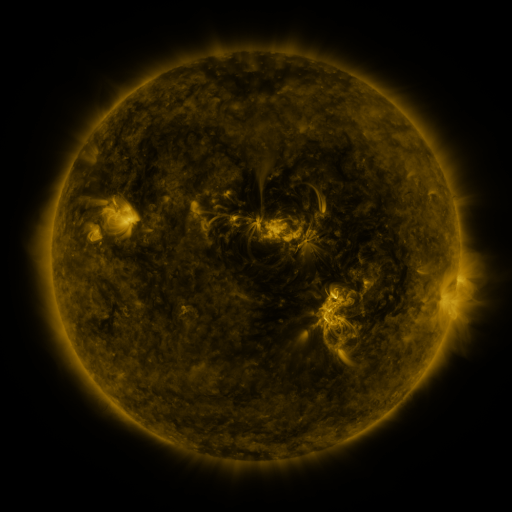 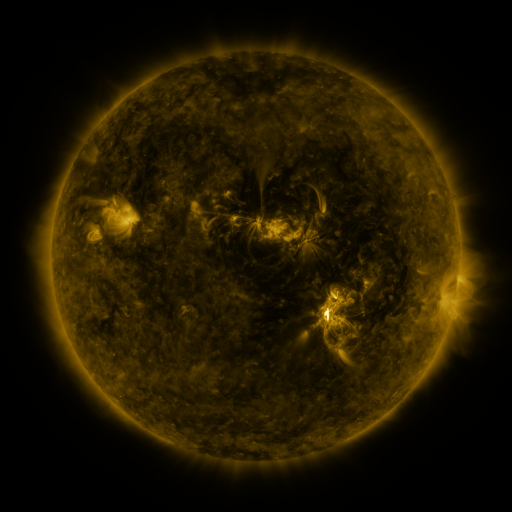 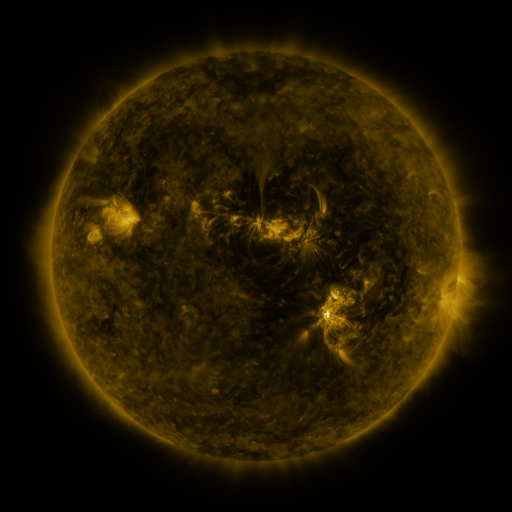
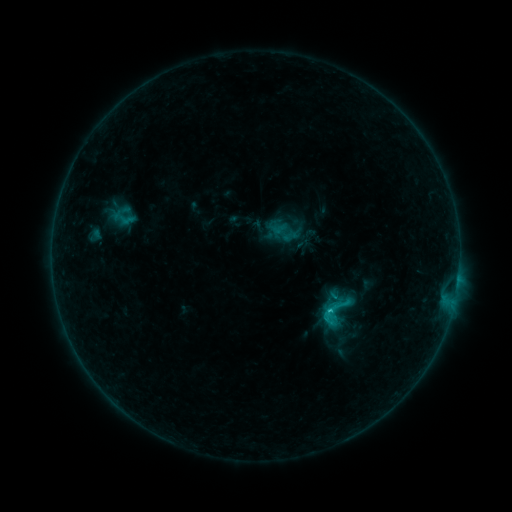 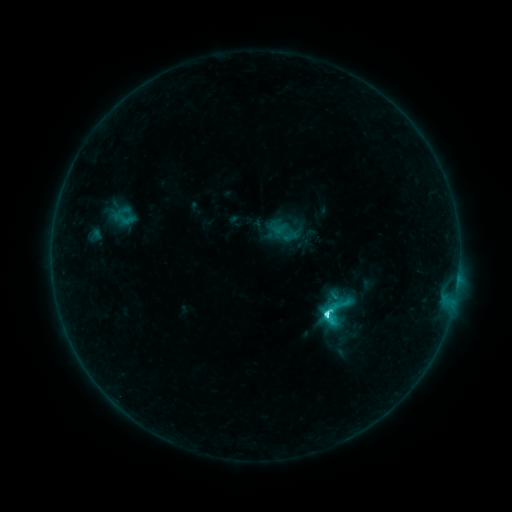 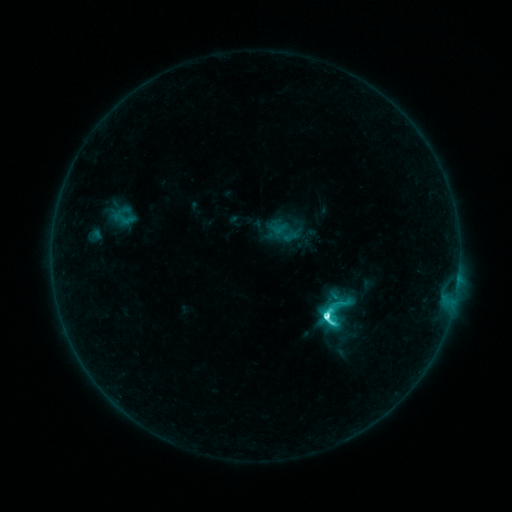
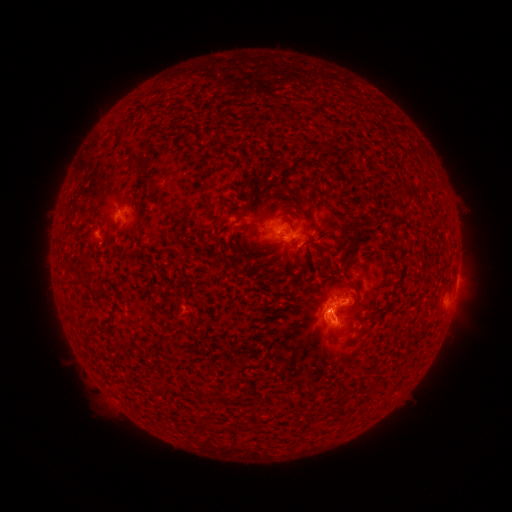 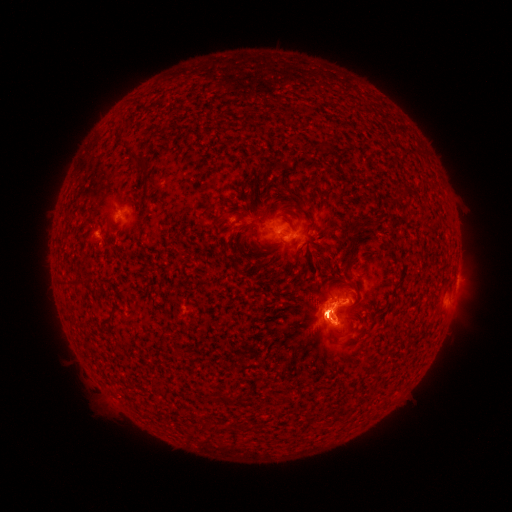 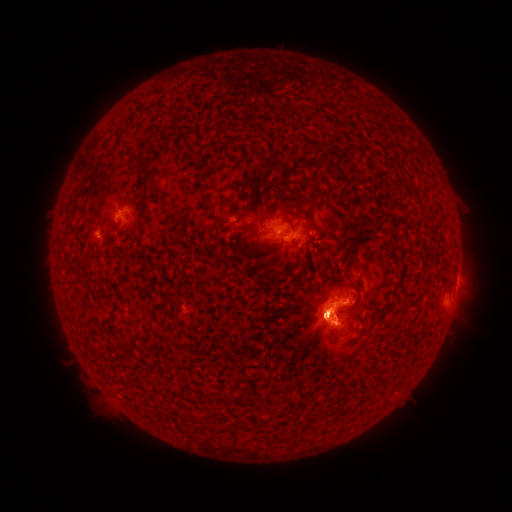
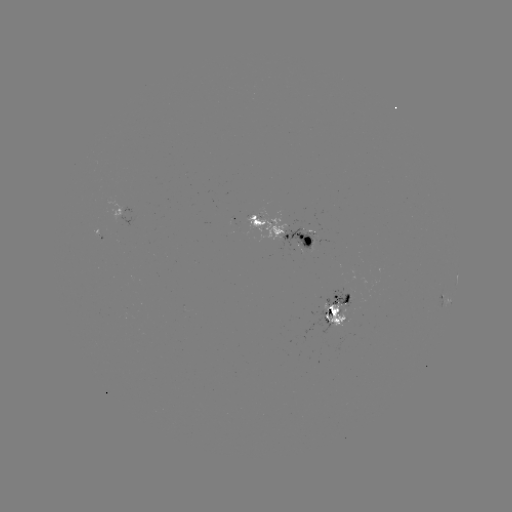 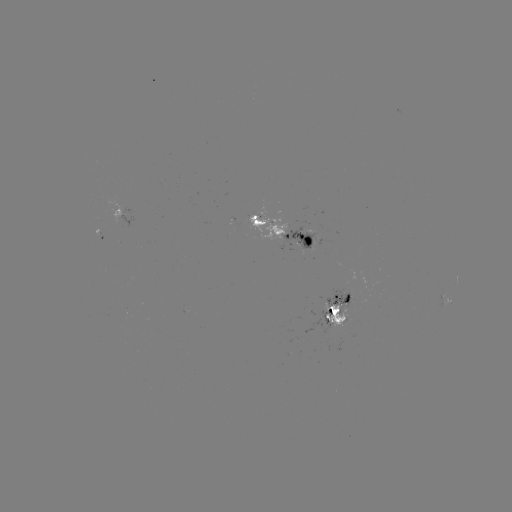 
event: eruption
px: (309, 322)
